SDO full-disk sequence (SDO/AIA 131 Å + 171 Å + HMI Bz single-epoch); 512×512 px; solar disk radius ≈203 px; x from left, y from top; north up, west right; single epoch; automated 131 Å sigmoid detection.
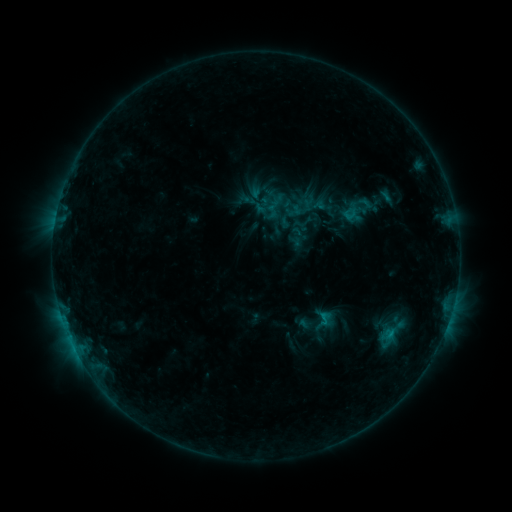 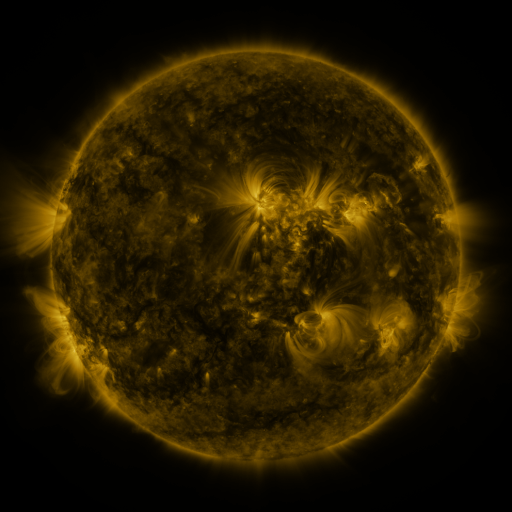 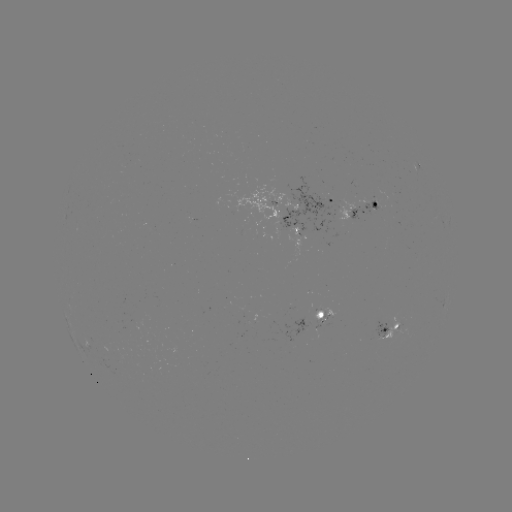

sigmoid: [317, 312, 332, 327]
